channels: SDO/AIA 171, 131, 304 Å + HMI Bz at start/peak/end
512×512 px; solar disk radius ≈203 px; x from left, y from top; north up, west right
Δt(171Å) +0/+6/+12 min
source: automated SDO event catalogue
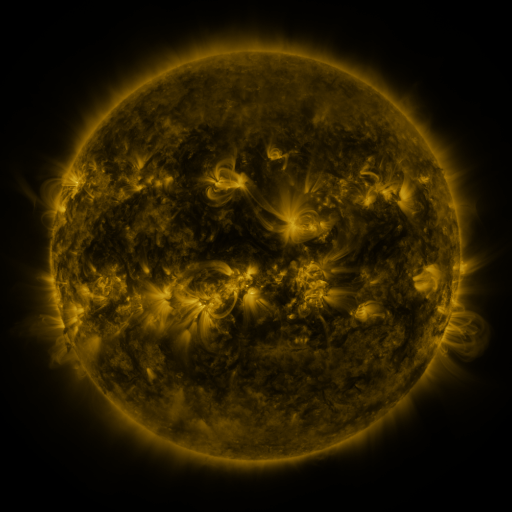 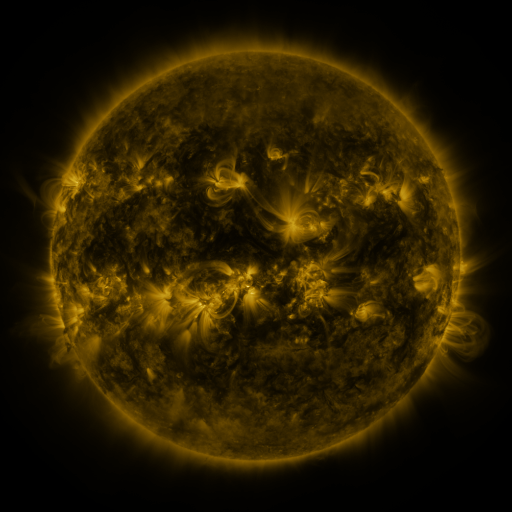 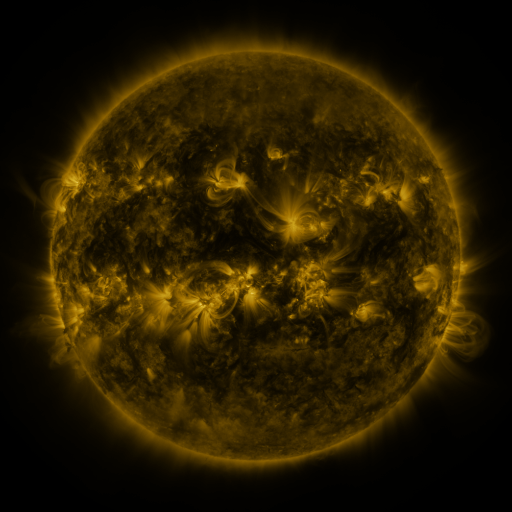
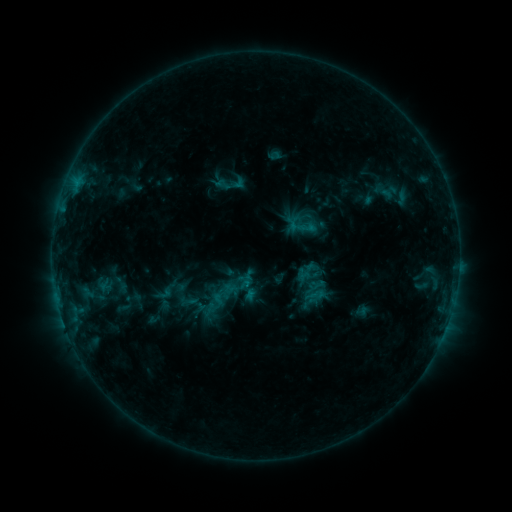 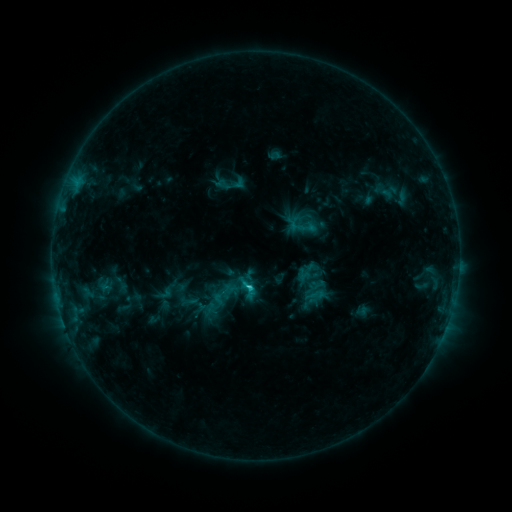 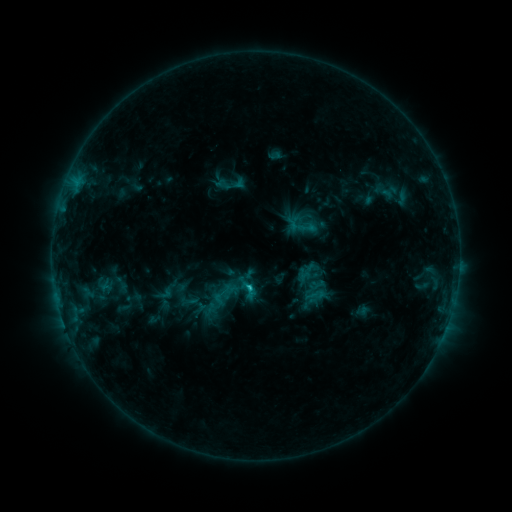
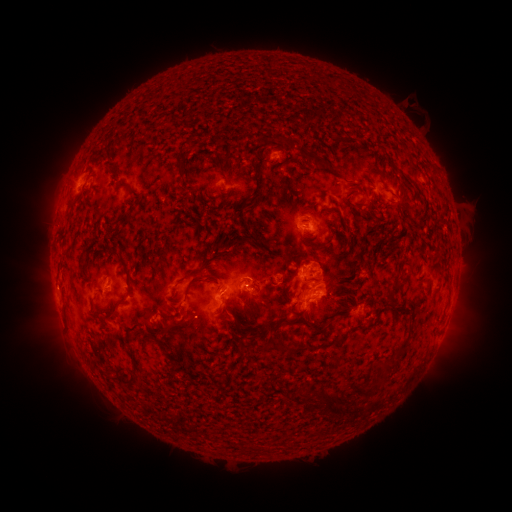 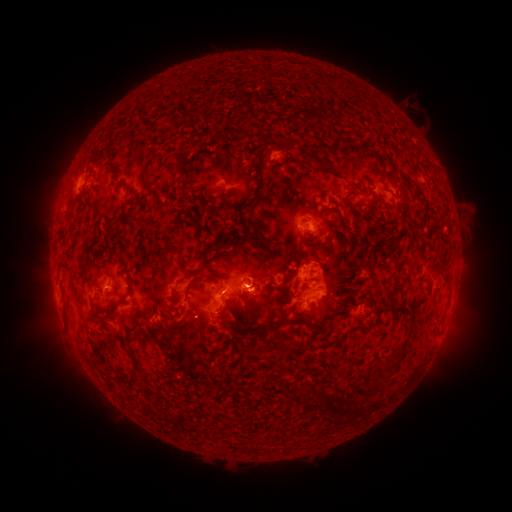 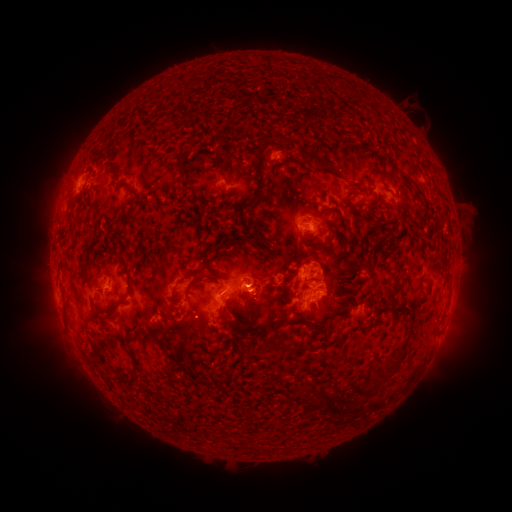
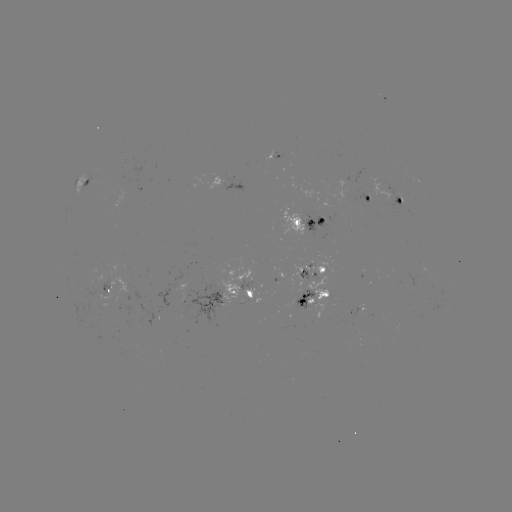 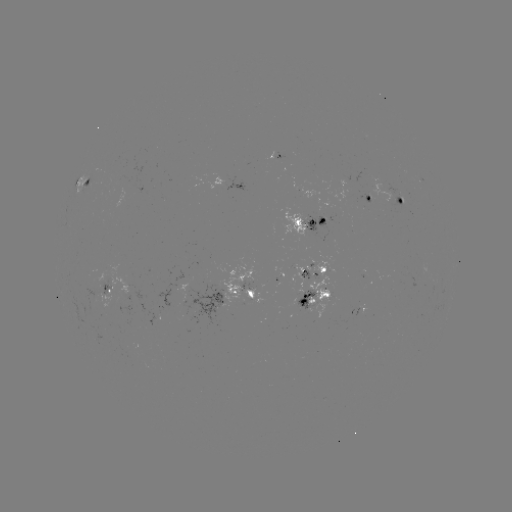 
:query C1.7 flare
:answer [252, 286]